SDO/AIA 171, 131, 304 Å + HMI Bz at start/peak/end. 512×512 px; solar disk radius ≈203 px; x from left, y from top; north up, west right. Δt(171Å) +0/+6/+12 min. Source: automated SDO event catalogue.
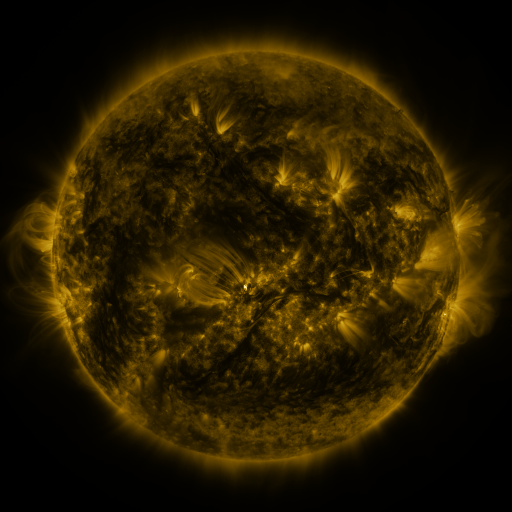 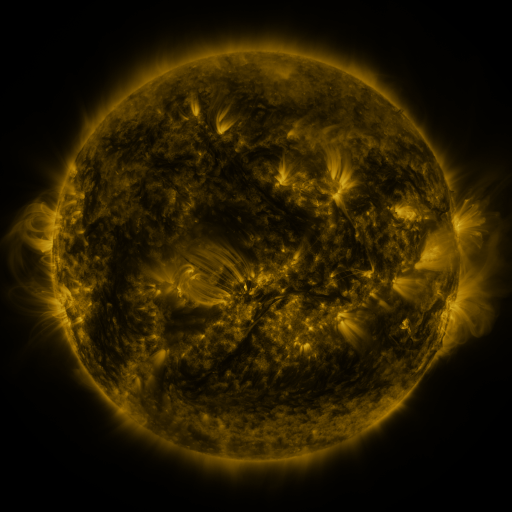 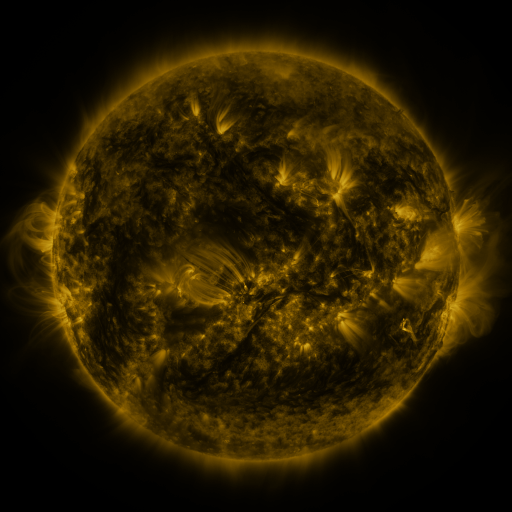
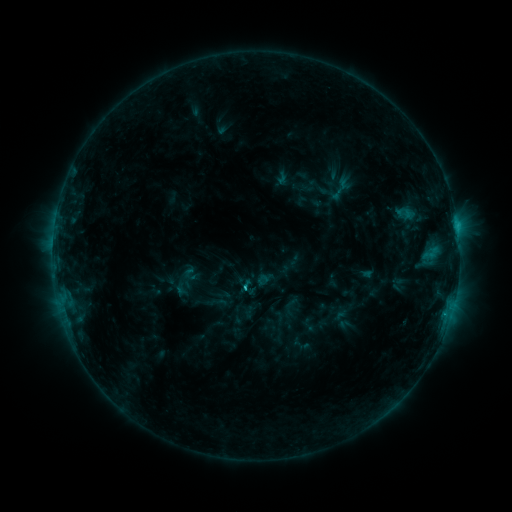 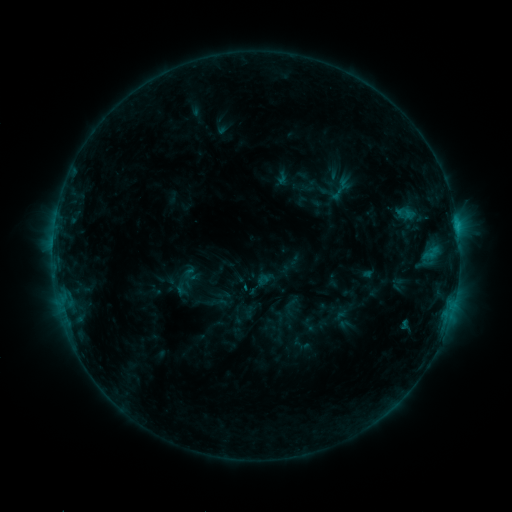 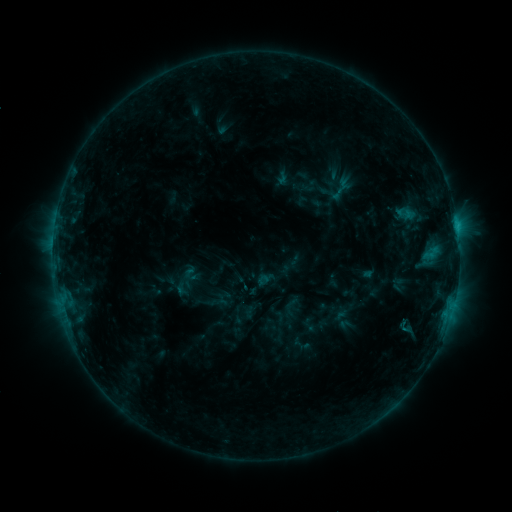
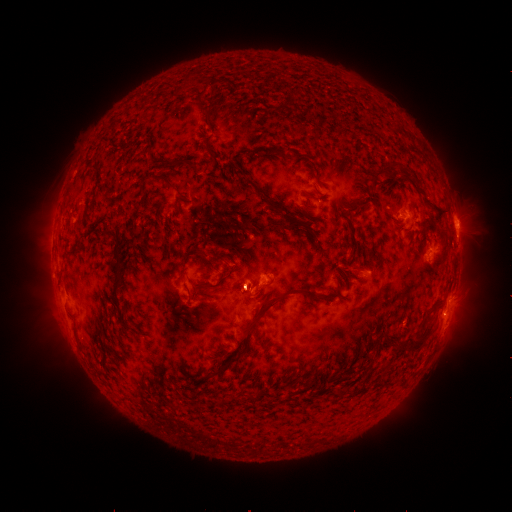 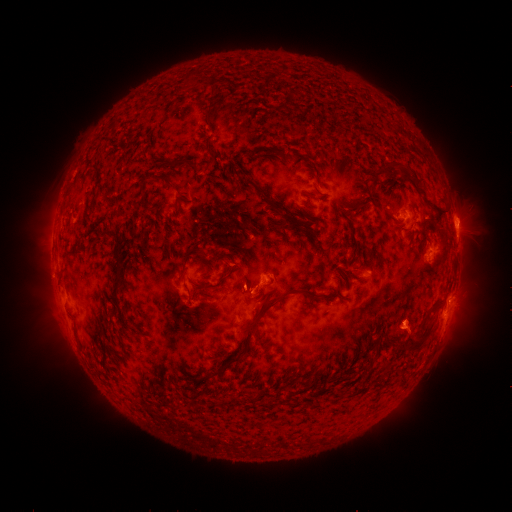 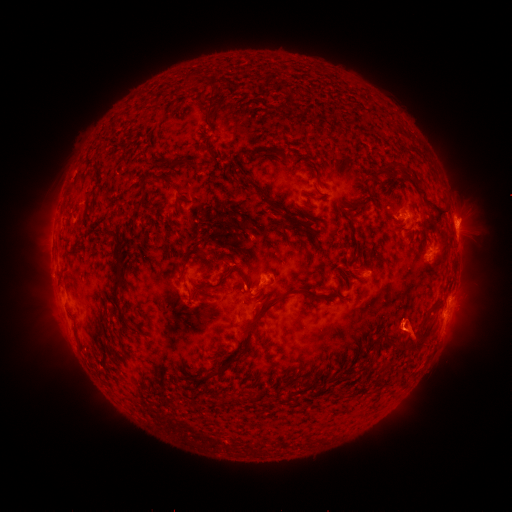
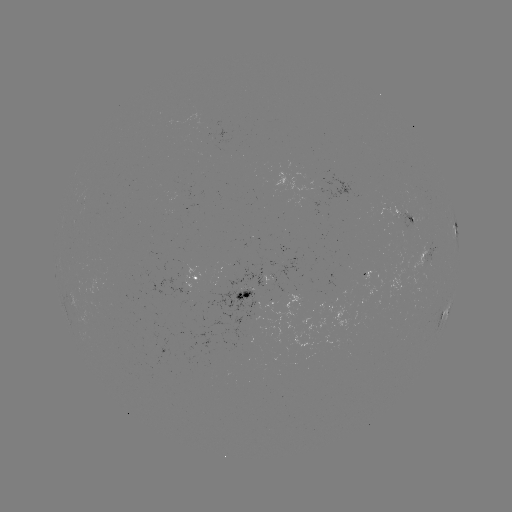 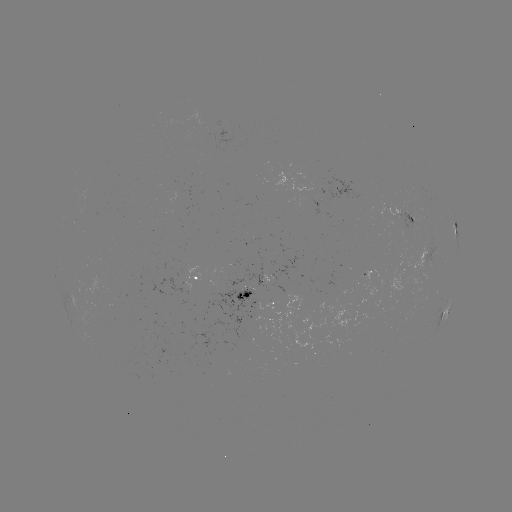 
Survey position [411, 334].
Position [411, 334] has eruption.